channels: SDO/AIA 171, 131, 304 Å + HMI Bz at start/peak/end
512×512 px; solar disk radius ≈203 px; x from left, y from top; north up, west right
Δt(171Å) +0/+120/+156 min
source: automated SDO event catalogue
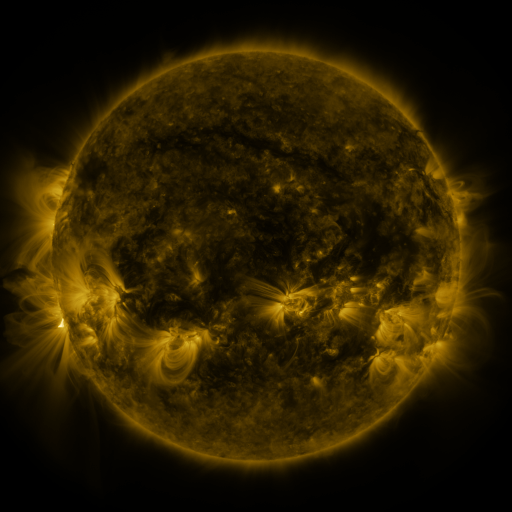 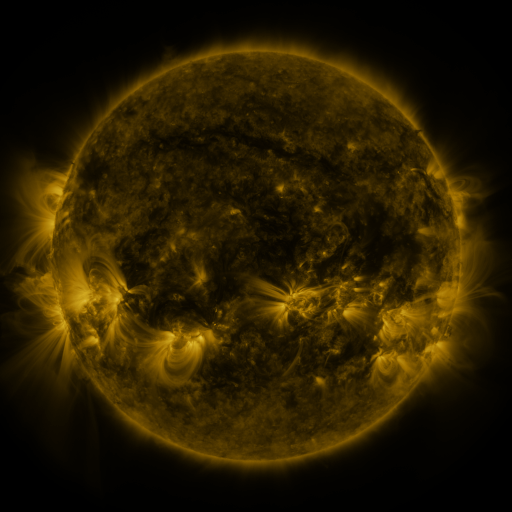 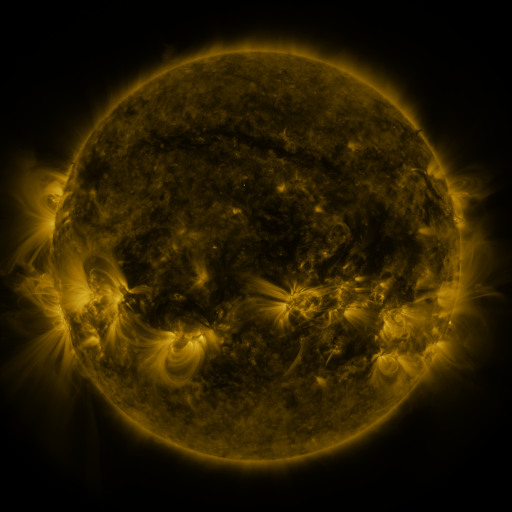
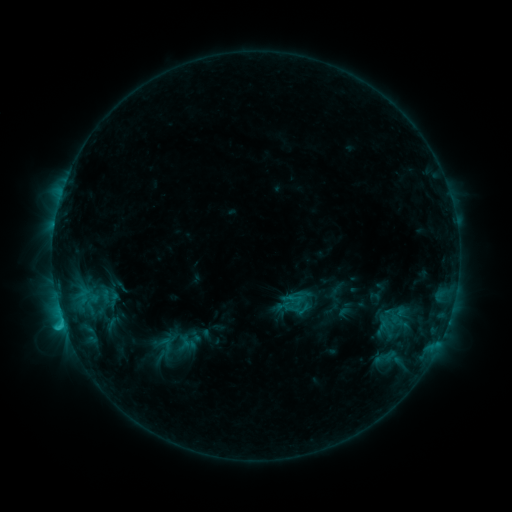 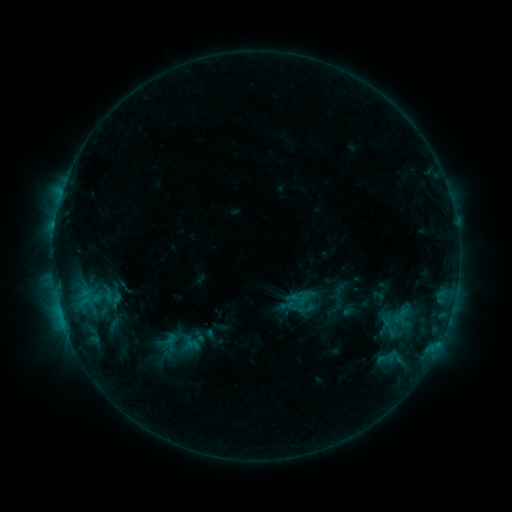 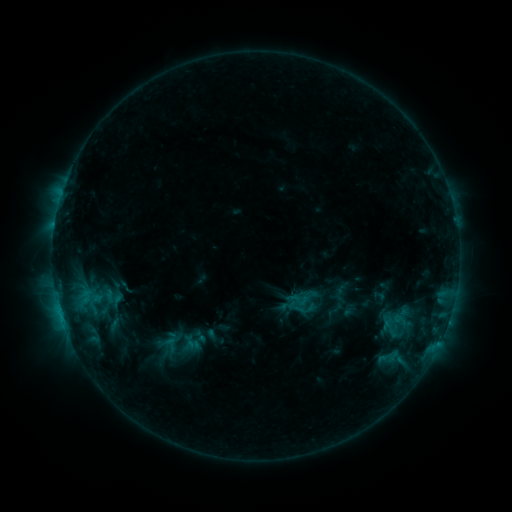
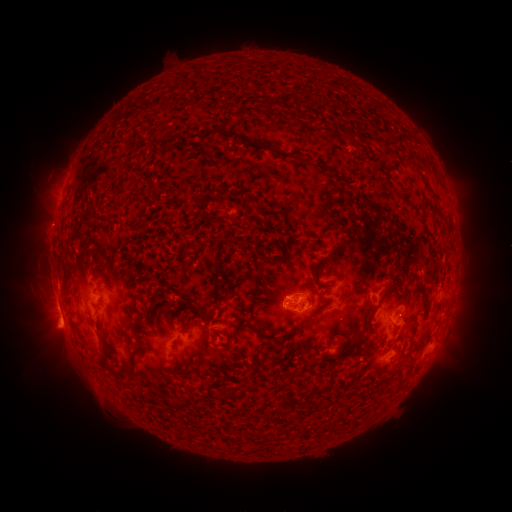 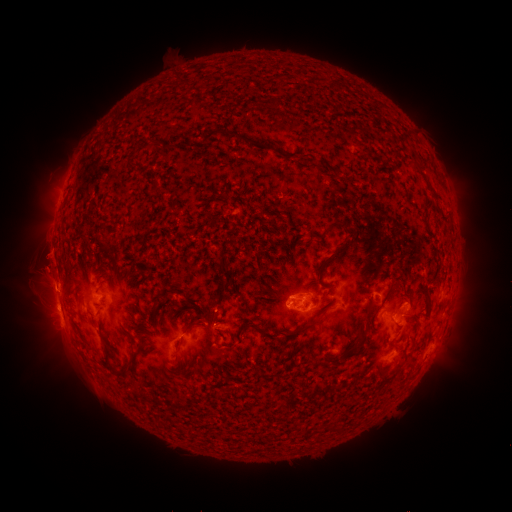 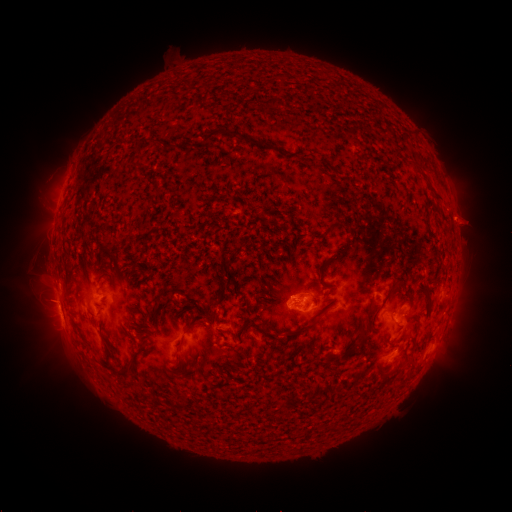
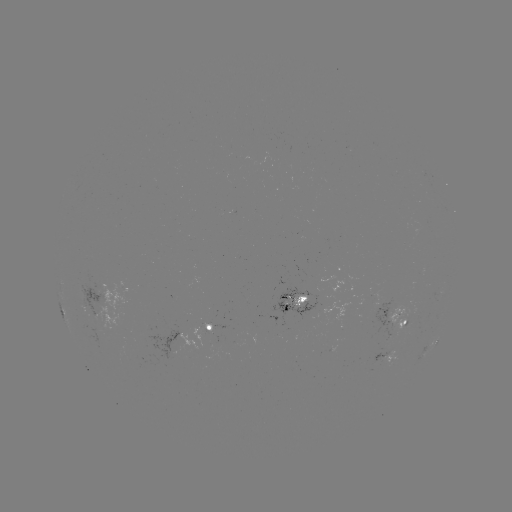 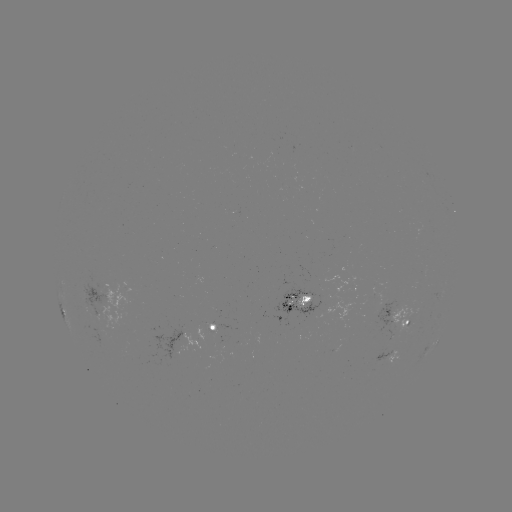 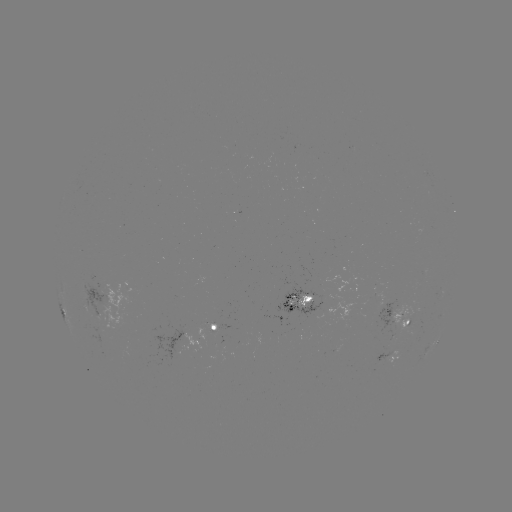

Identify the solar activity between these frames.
emerging-flux region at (305, 311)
